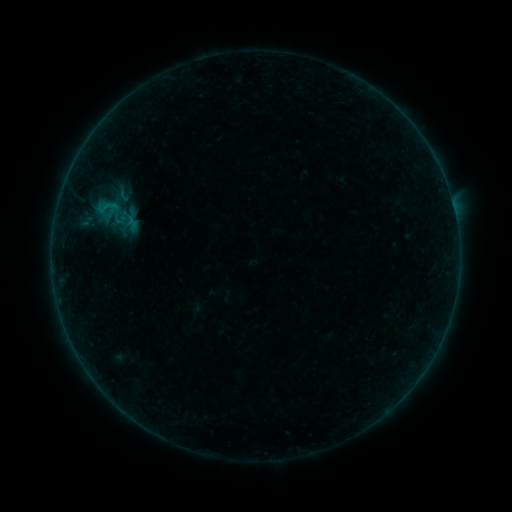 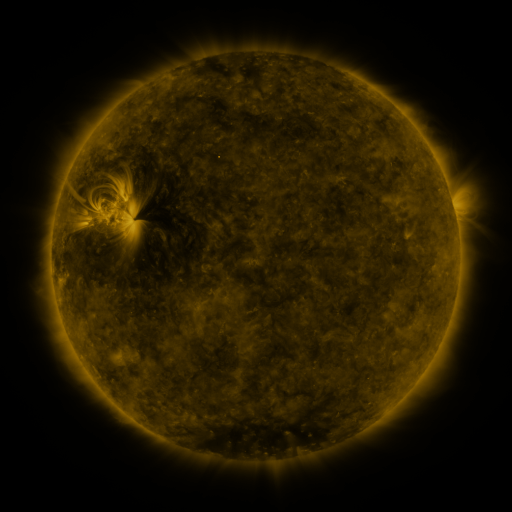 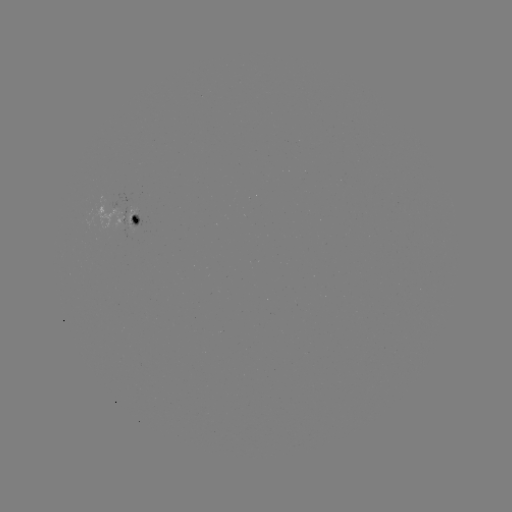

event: sigmoid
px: (112, 213)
